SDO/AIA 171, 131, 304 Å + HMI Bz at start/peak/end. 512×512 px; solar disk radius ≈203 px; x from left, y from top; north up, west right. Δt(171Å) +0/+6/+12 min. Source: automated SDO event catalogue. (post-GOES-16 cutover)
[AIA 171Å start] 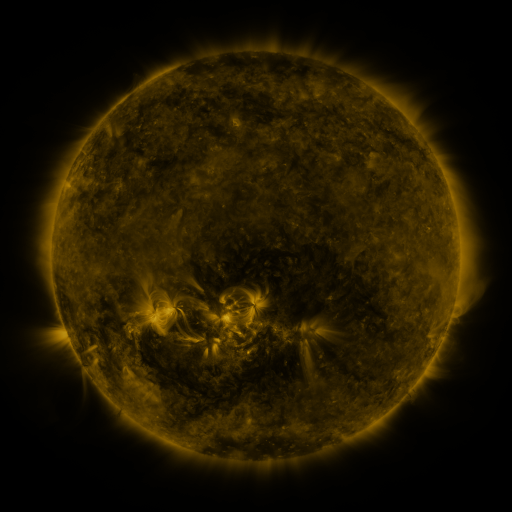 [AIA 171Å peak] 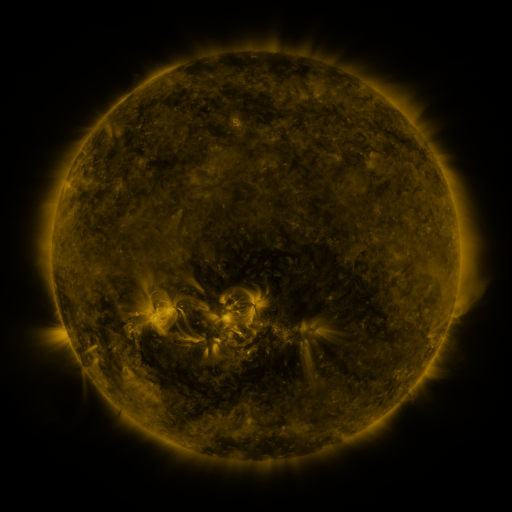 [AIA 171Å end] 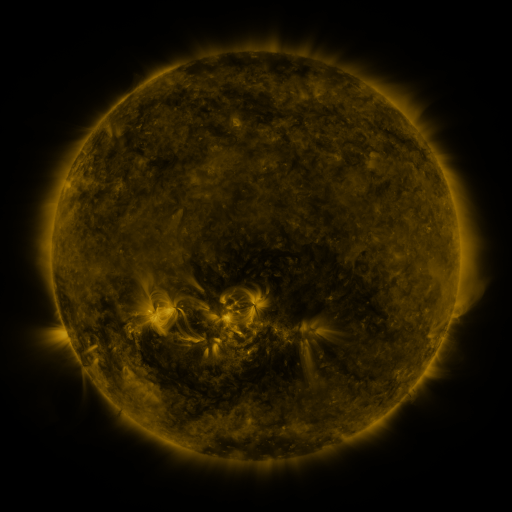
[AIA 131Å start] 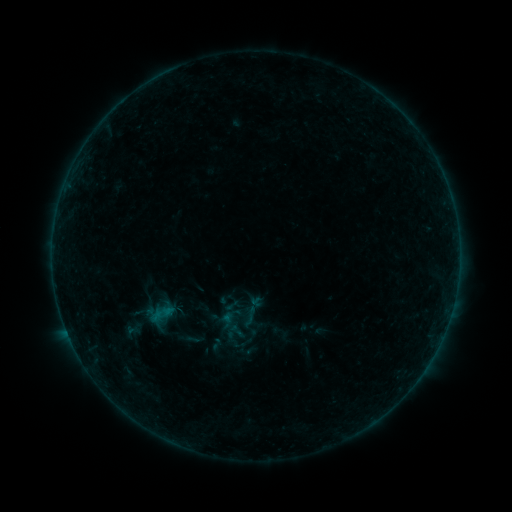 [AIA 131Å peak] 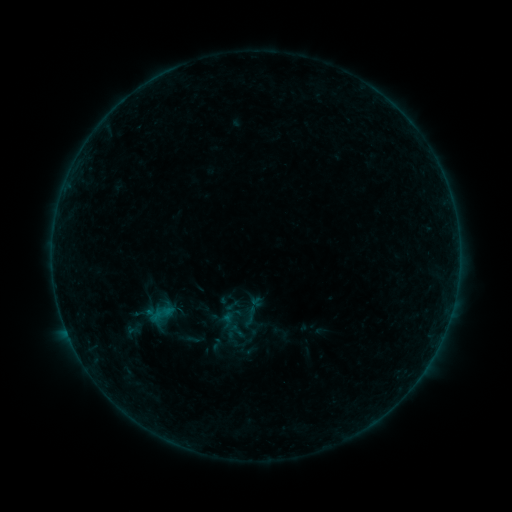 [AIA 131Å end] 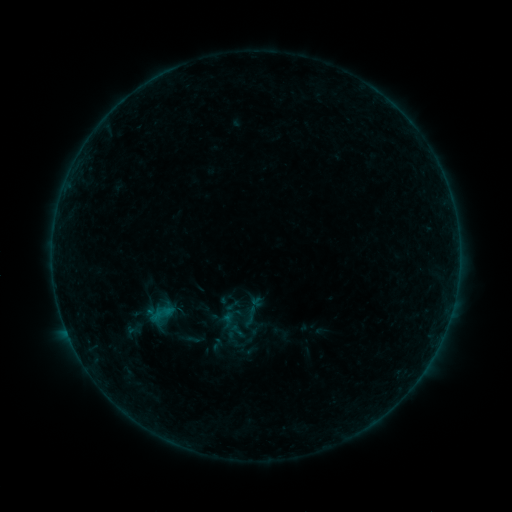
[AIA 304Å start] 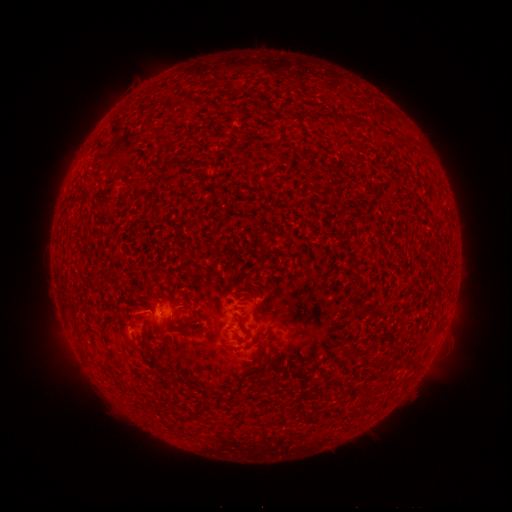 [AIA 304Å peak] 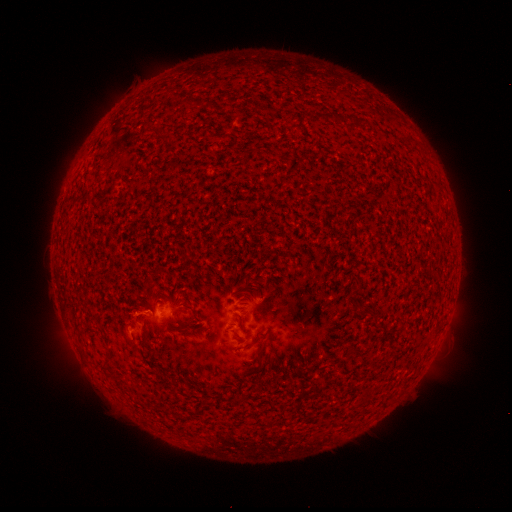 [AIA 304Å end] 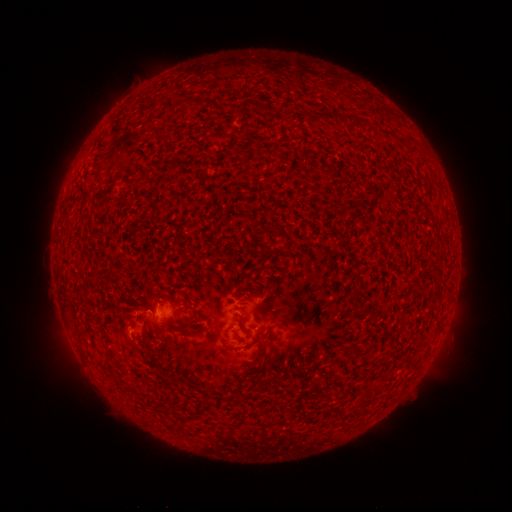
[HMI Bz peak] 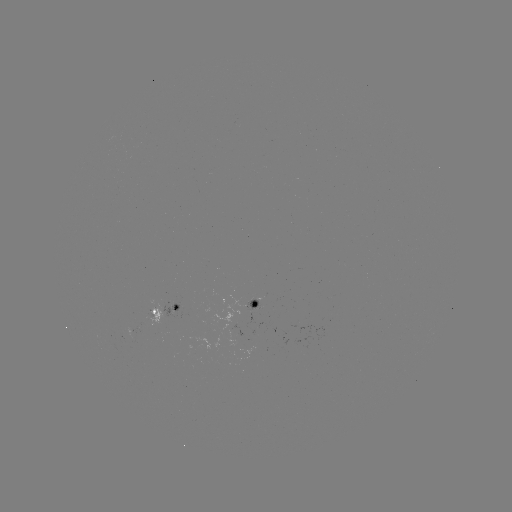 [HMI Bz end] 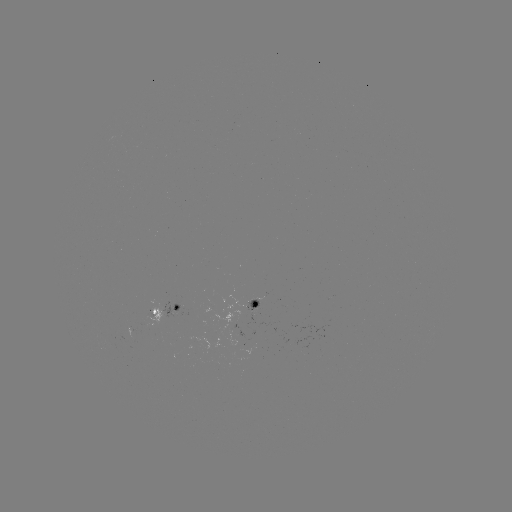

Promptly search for B1.4 flare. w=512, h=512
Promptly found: (150, 312).